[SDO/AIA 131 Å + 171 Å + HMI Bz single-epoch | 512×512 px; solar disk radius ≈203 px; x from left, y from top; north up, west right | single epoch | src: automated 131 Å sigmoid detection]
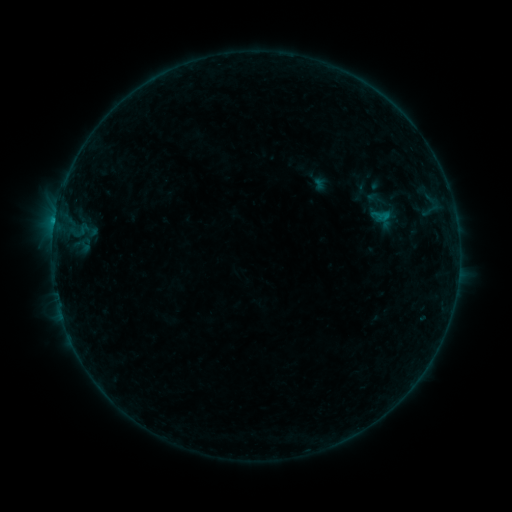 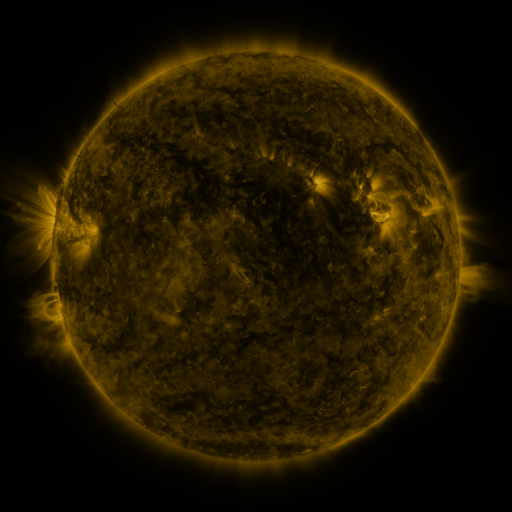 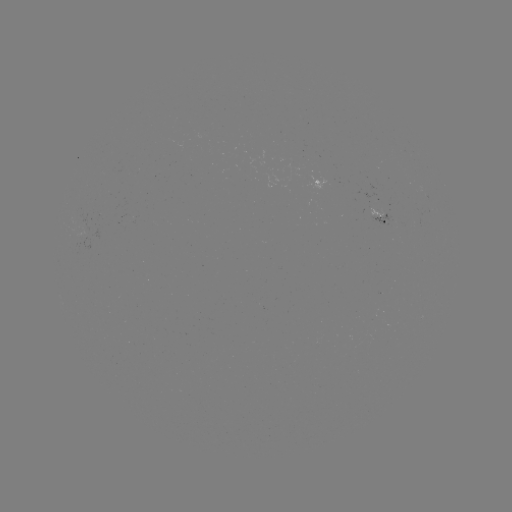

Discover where sigmoid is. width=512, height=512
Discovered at [375, 199].